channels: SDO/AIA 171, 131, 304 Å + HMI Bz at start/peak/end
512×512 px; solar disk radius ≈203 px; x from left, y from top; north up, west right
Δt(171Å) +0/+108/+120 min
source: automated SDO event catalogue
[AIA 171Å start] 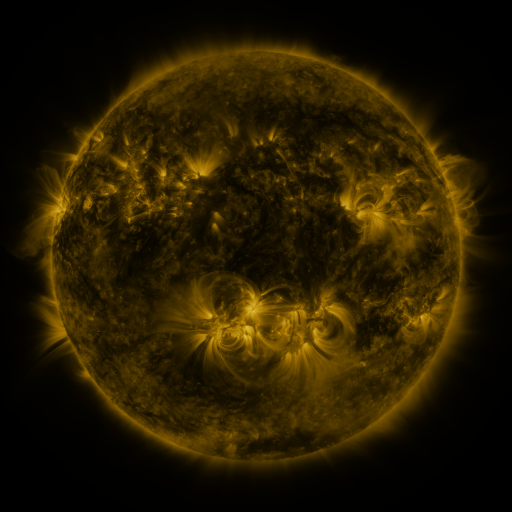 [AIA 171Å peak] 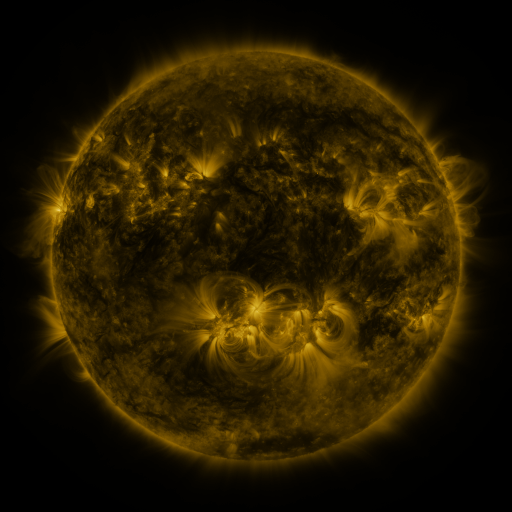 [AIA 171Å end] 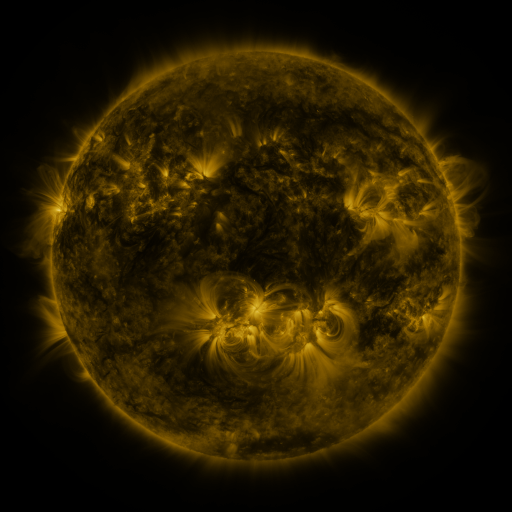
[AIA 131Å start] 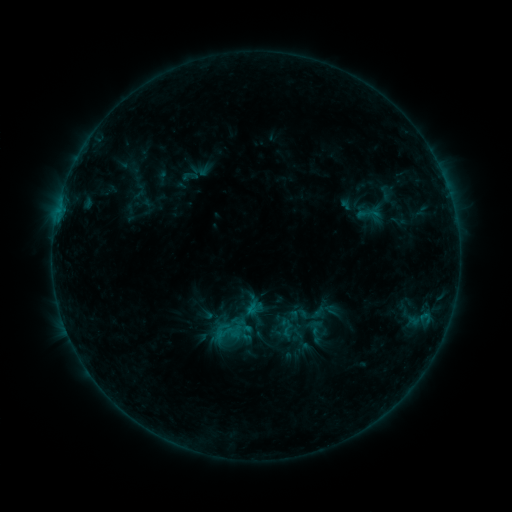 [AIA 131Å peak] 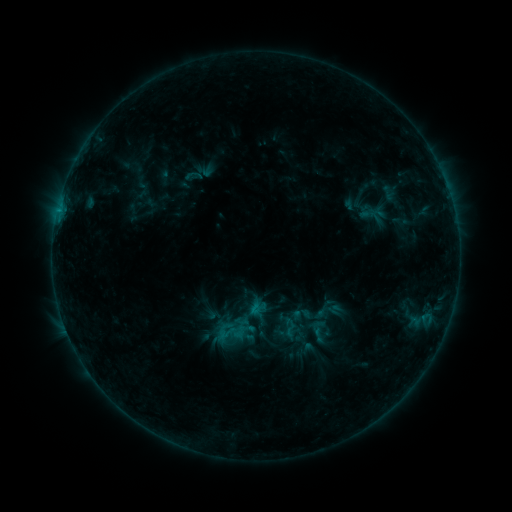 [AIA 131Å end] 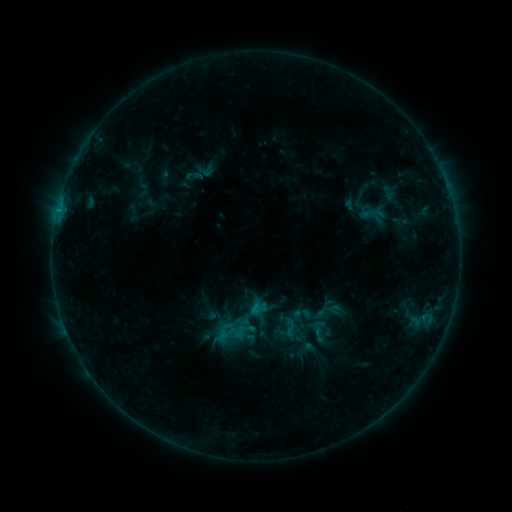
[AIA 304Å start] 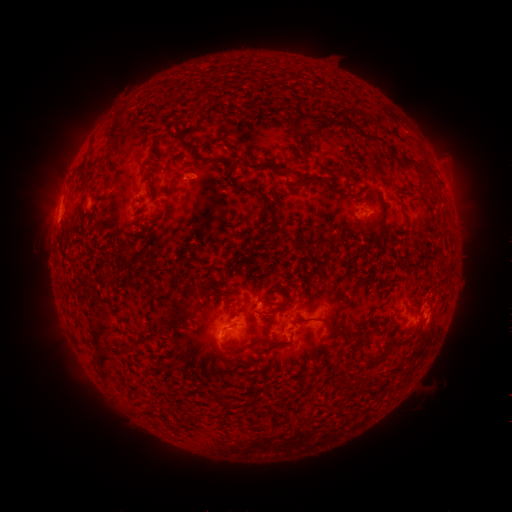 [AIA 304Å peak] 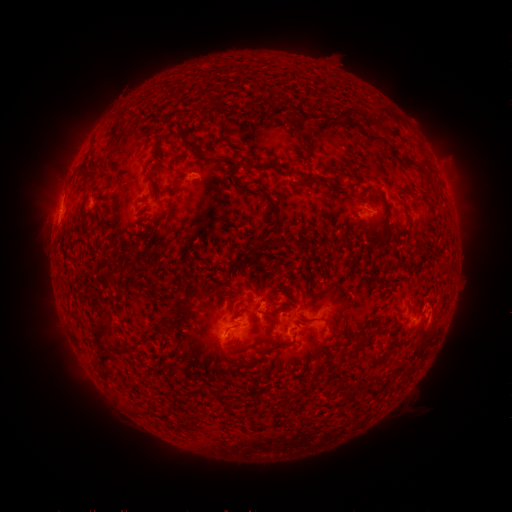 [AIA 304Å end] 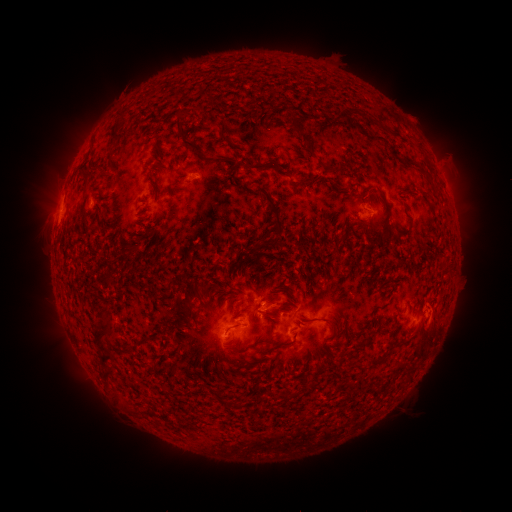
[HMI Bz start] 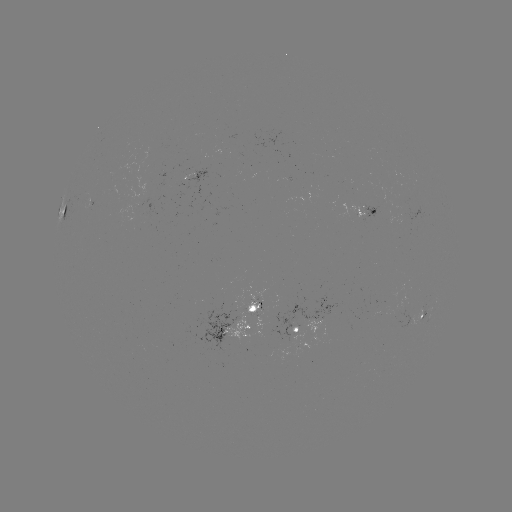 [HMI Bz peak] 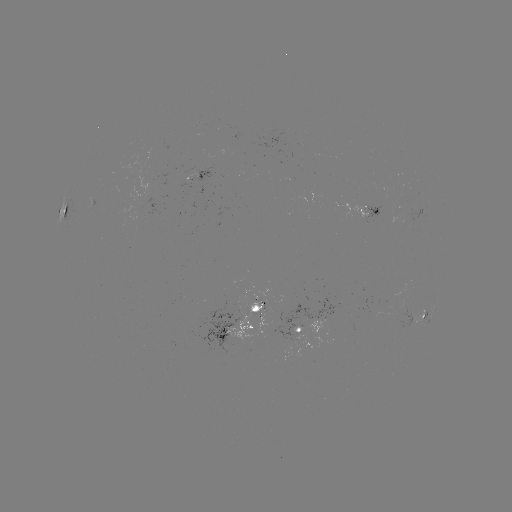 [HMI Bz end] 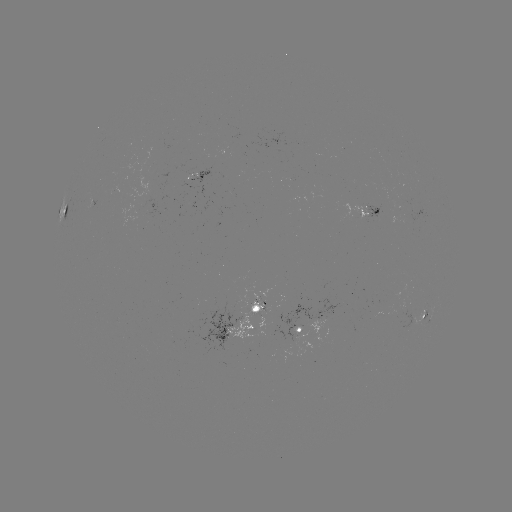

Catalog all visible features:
emerging-flux region: (370, 210)
